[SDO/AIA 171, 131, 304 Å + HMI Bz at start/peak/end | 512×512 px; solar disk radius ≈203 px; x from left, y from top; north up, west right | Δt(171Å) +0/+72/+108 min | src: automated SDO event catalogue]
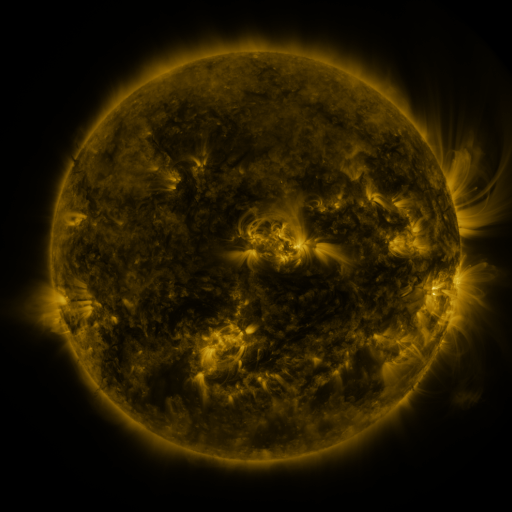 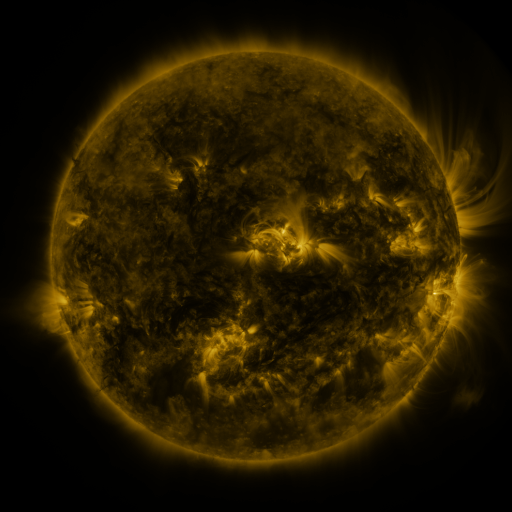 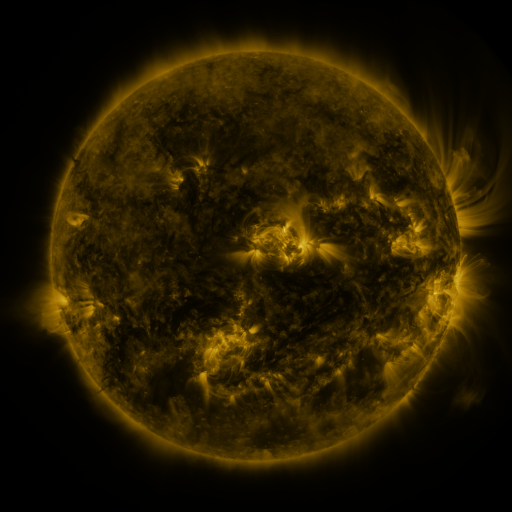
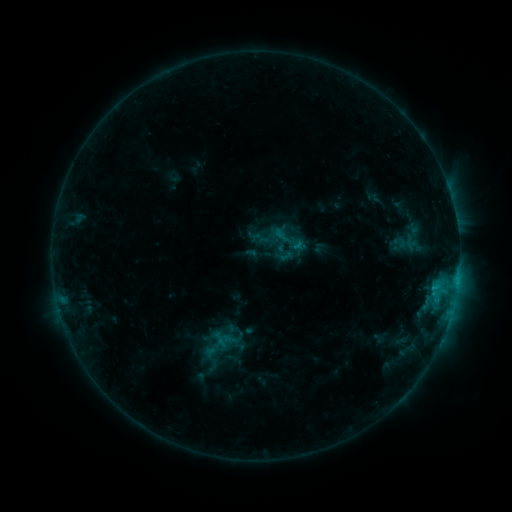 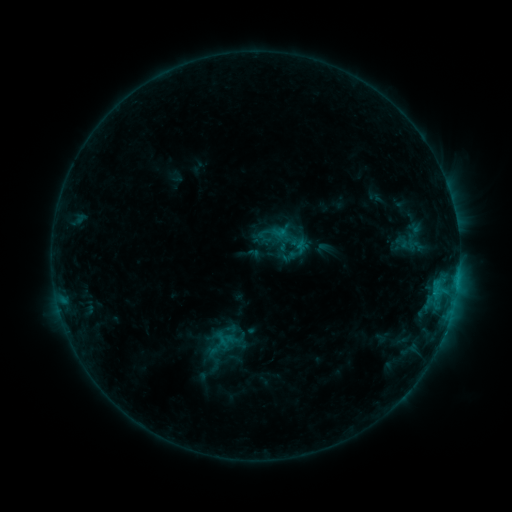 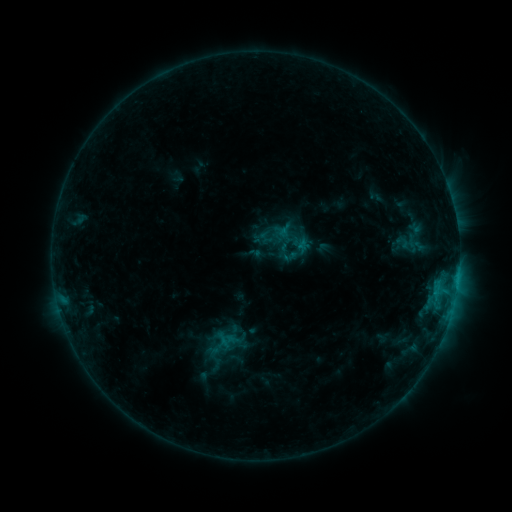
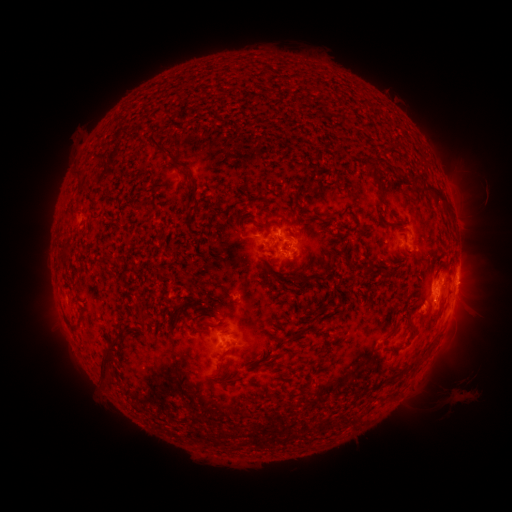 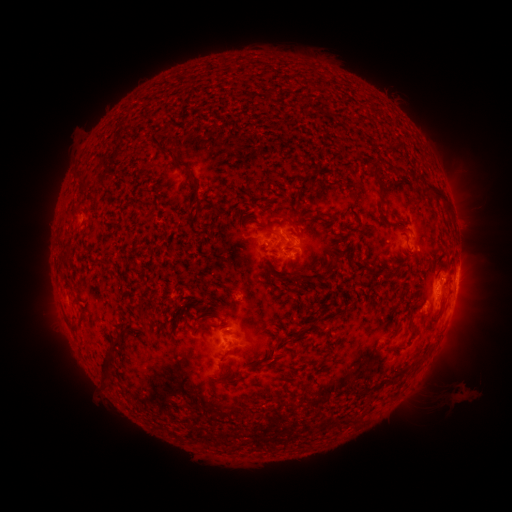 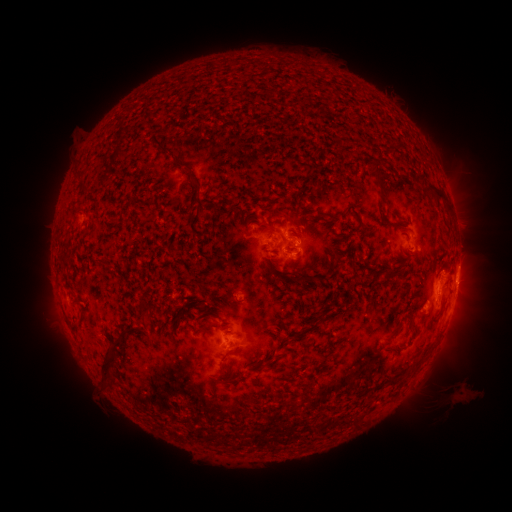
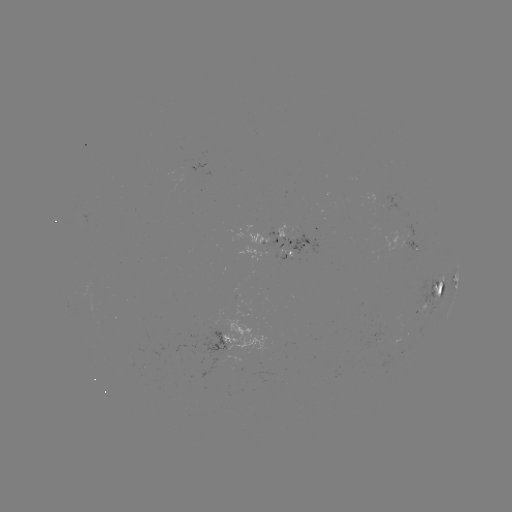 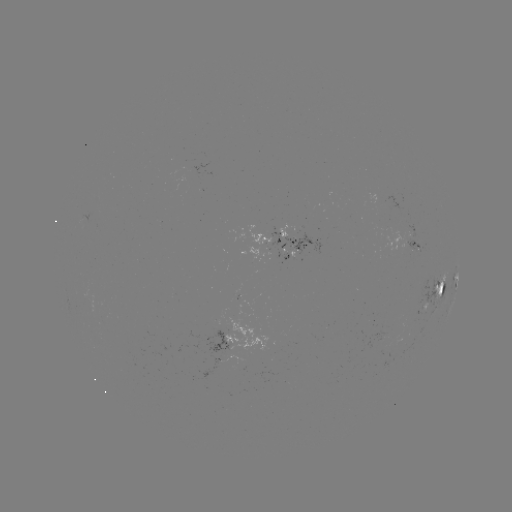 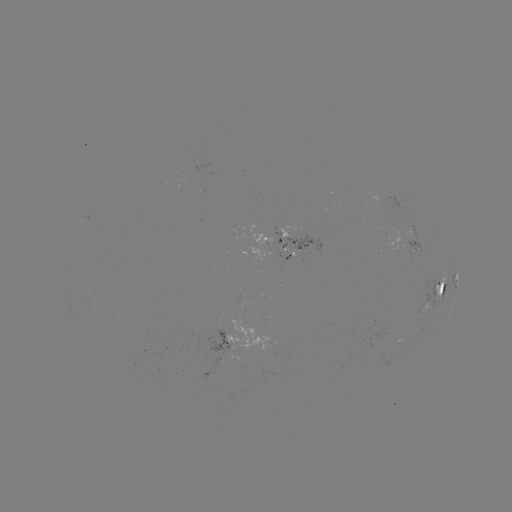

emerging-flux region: (383, 335, 402, 352)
